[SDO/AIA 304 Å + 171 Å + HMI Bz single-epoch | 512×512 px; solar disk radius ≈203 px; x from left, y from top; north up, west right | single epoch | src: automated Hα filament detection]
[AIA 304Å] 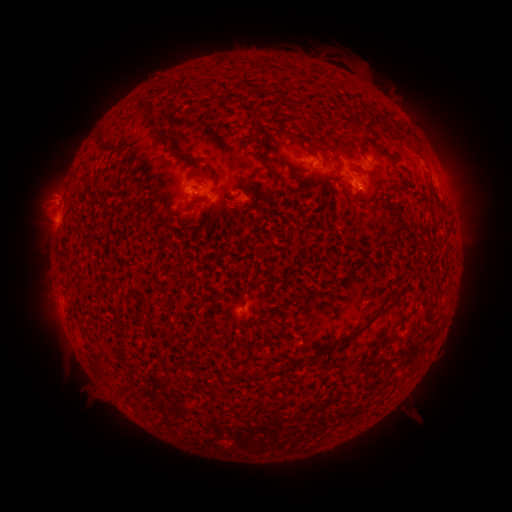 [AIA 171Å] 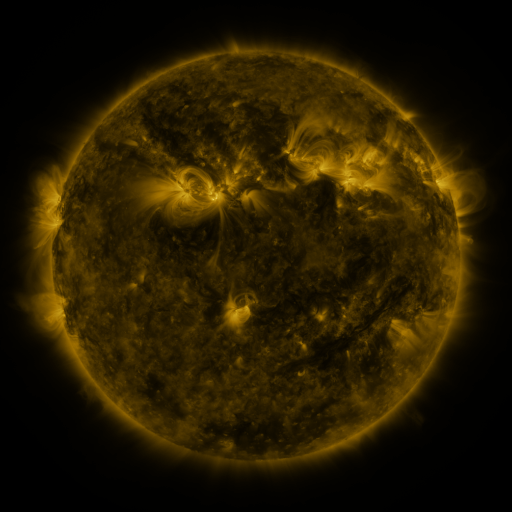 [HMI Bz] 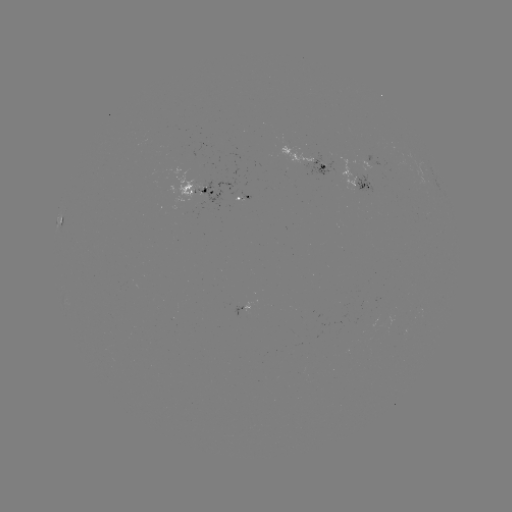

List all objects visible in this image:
filament: (136, 102, 148, 116)
filament: (356, 136, 375, 152)
filament: (168, 146, 204, 164)
filament: (198, 164, 210, 174)
filament: (176, 202, 196, 211)
filament: (238, 288, 246, 301)
filament: (336, 300, 396, 345)
filament: (322, 342, 332, 353)
filament: (225, 366, 235, 378)
filament: (254, 368, 266, 380)
